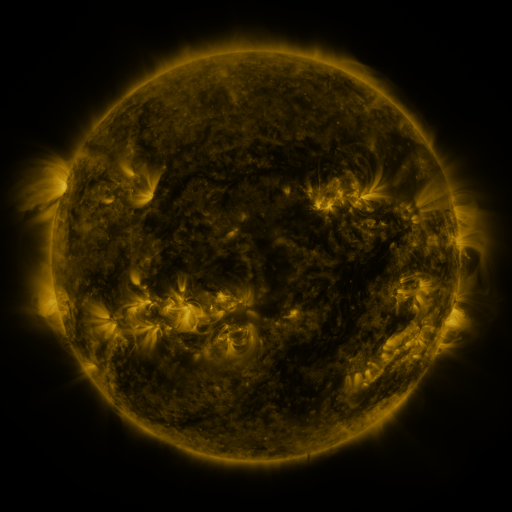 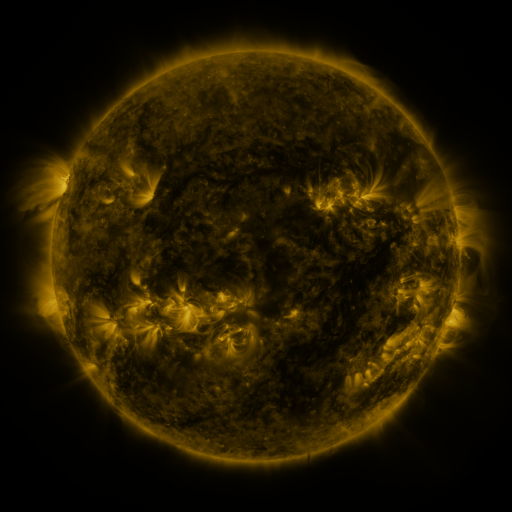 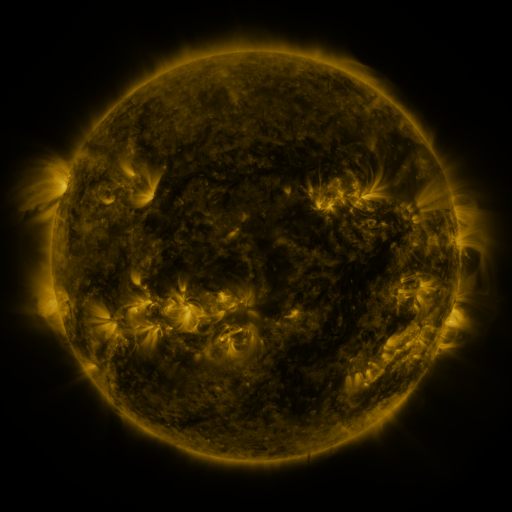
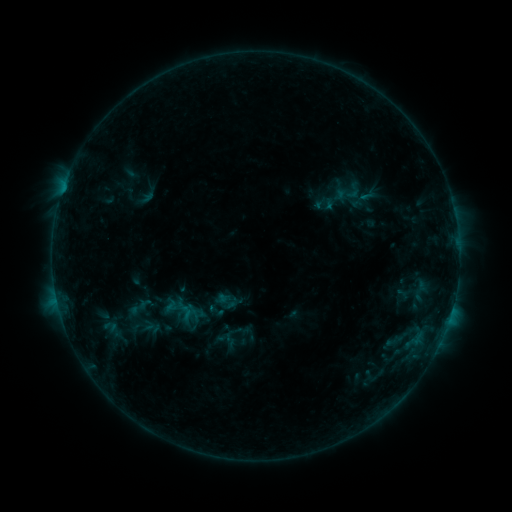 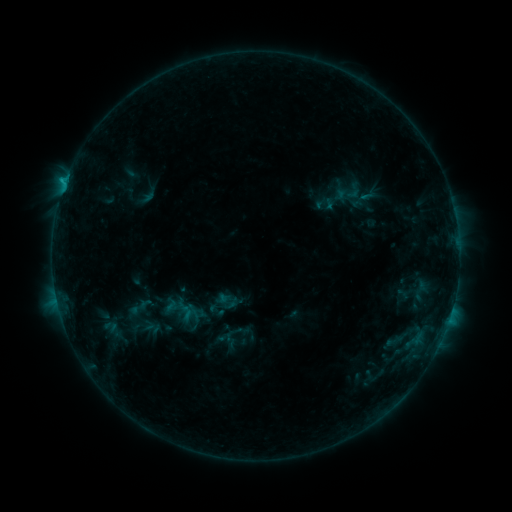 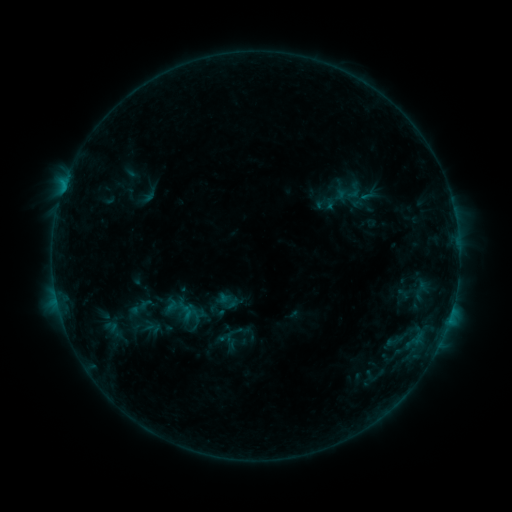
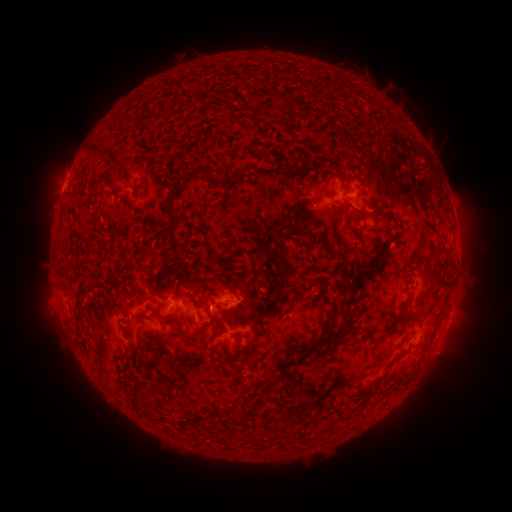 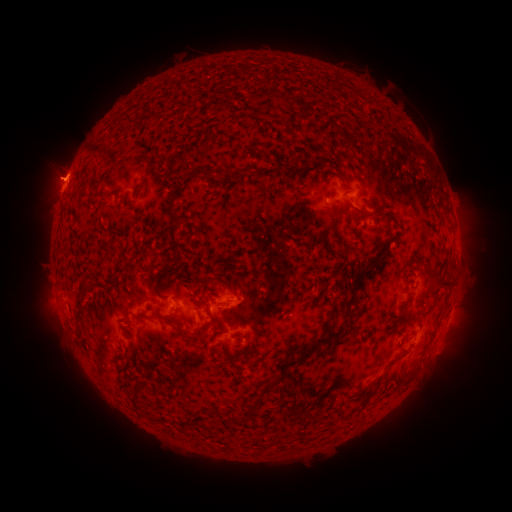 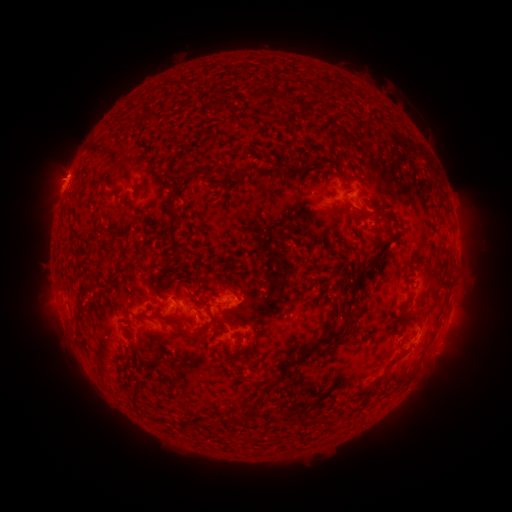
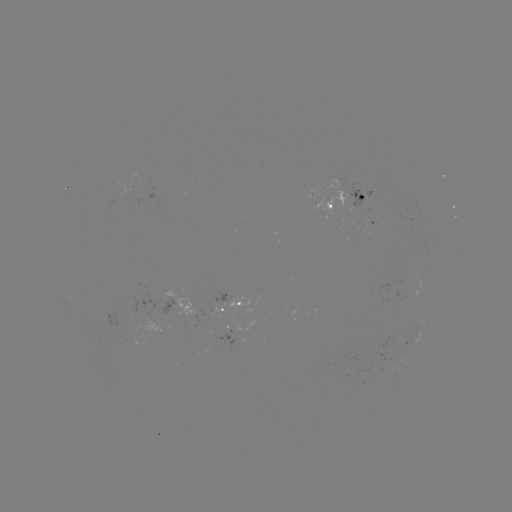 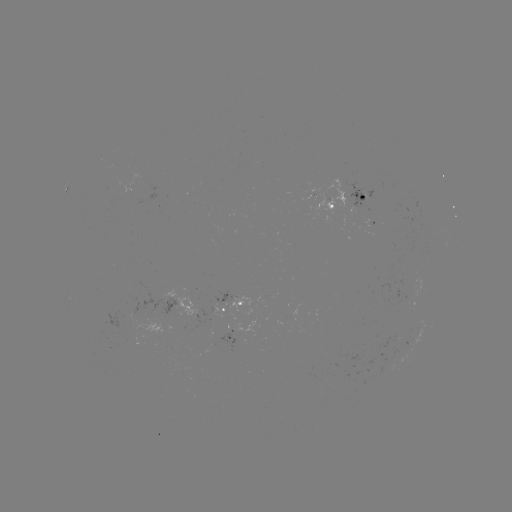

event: flare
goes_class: B5.3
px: (66, 184)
